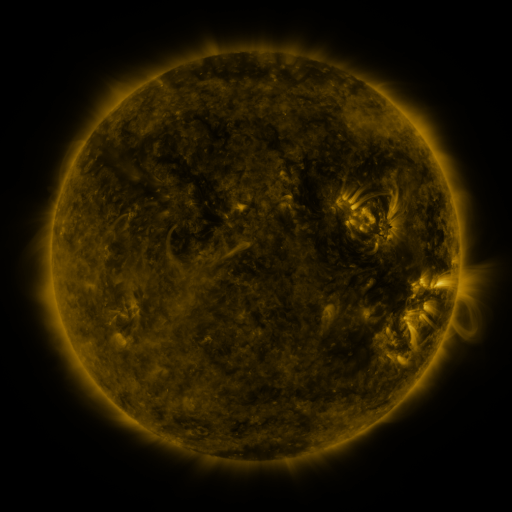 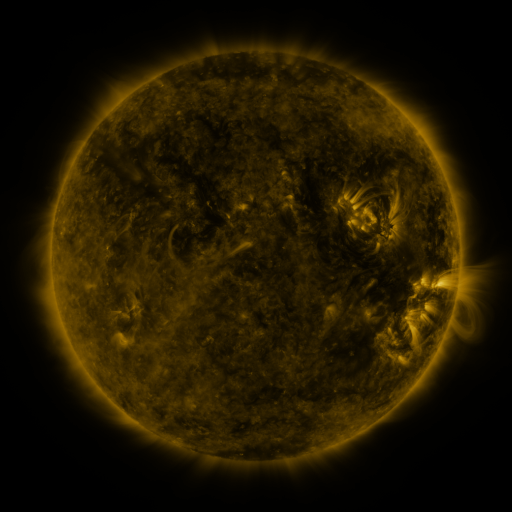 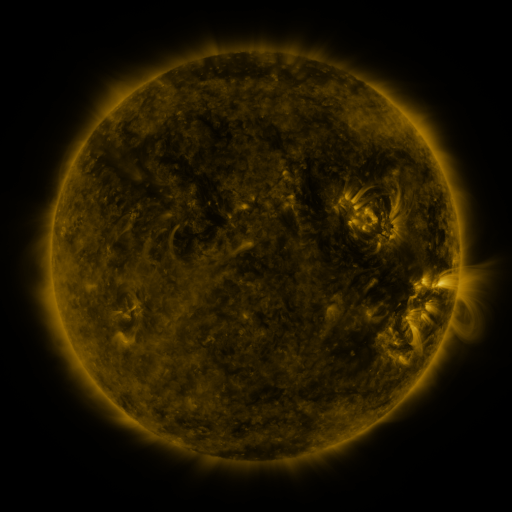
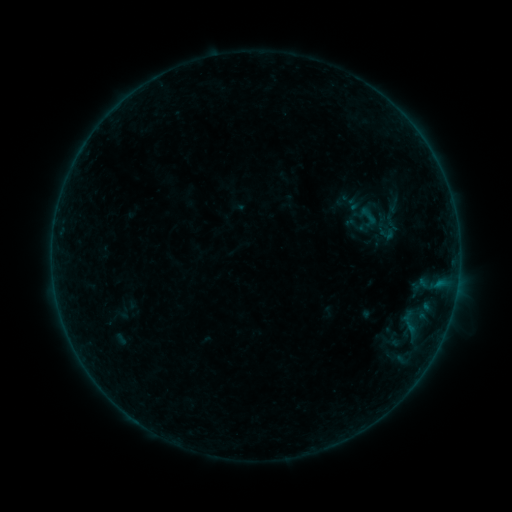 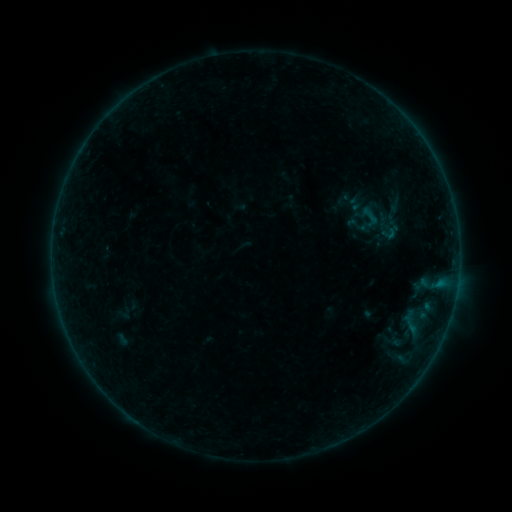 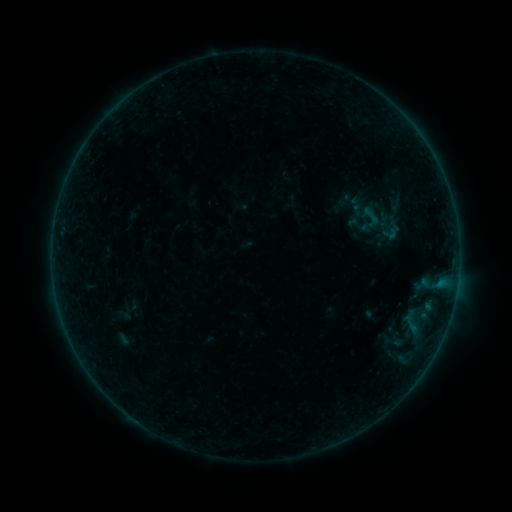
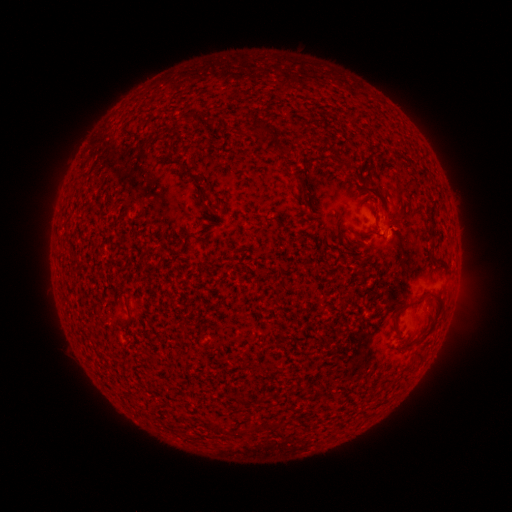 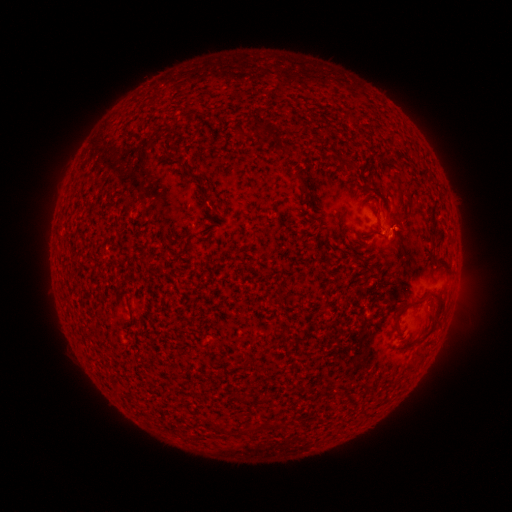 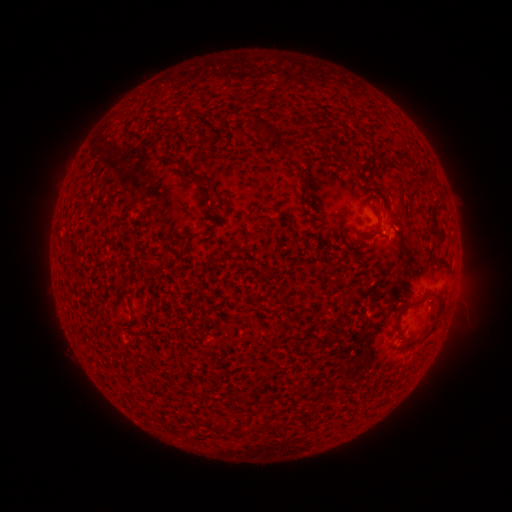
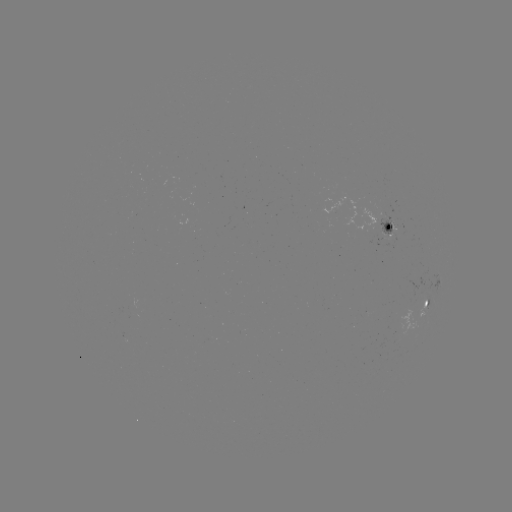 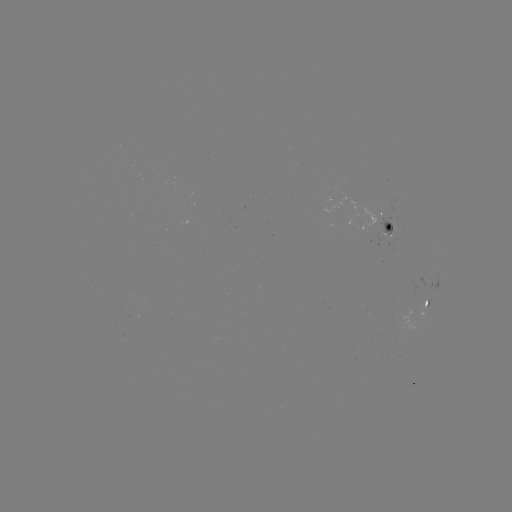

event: emerging-flux region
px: (402, 327)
